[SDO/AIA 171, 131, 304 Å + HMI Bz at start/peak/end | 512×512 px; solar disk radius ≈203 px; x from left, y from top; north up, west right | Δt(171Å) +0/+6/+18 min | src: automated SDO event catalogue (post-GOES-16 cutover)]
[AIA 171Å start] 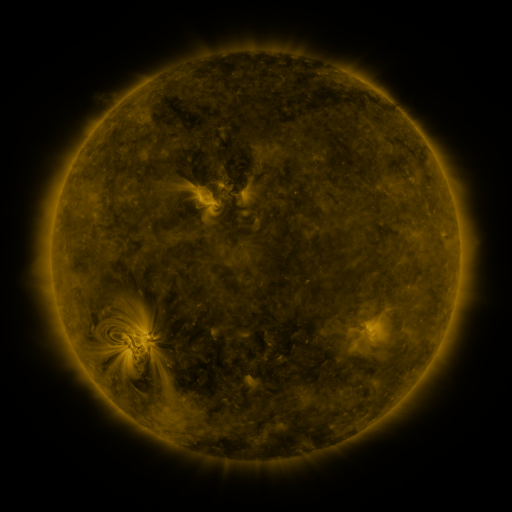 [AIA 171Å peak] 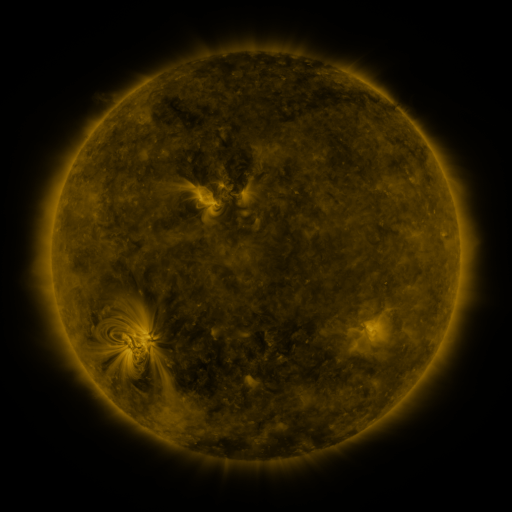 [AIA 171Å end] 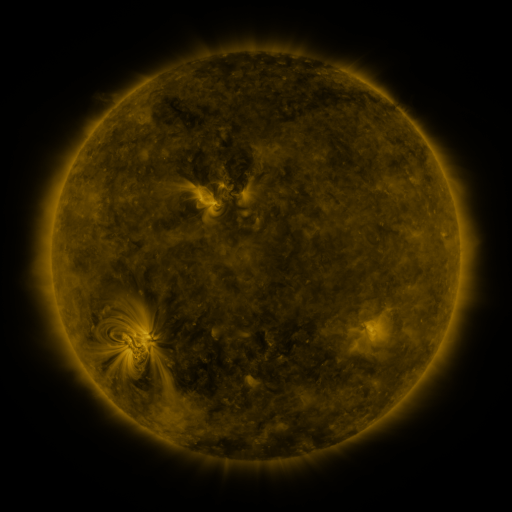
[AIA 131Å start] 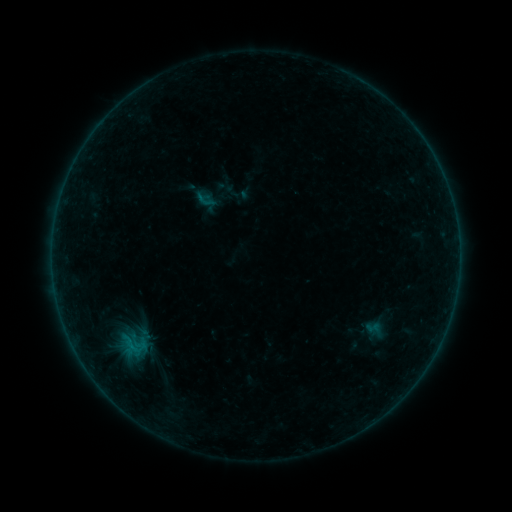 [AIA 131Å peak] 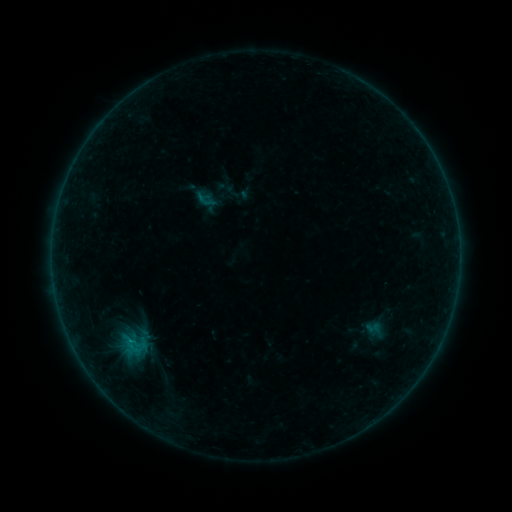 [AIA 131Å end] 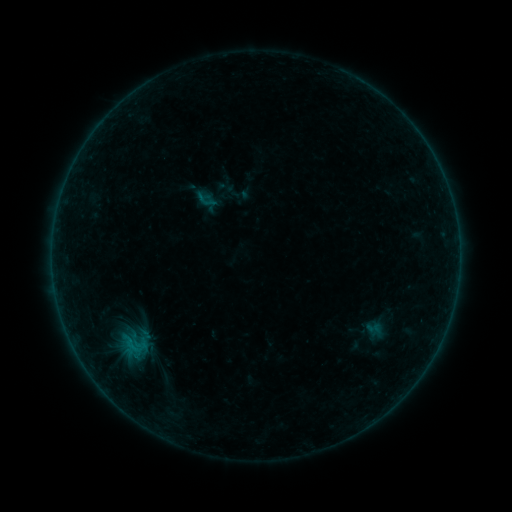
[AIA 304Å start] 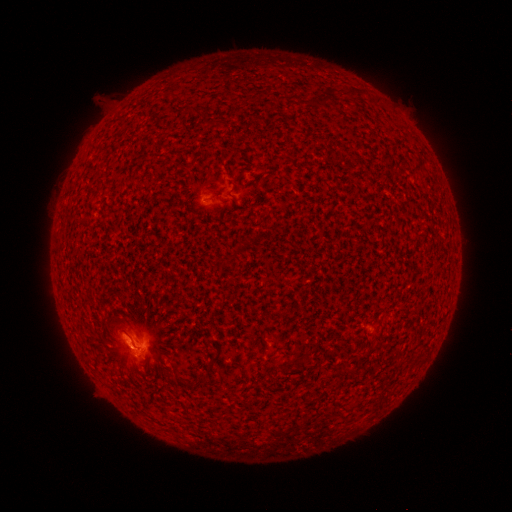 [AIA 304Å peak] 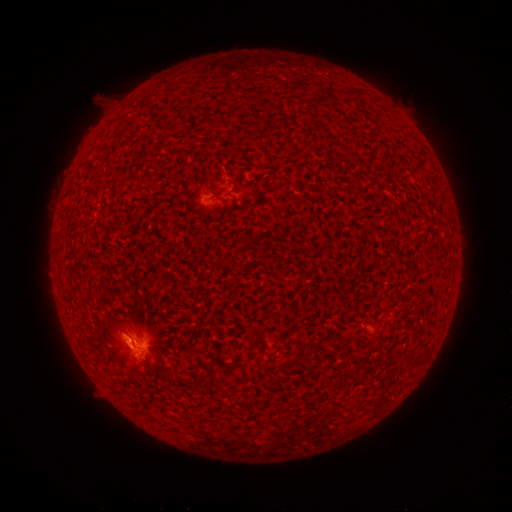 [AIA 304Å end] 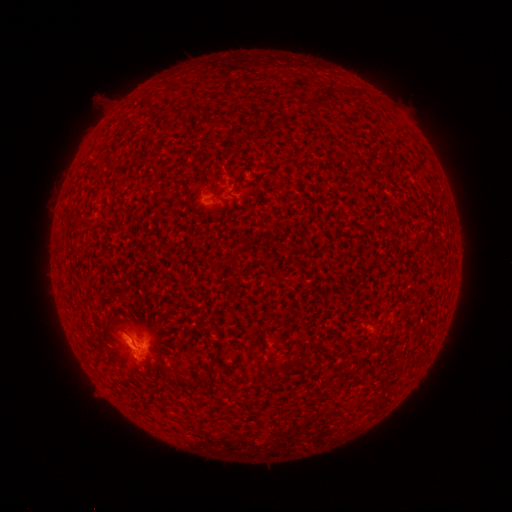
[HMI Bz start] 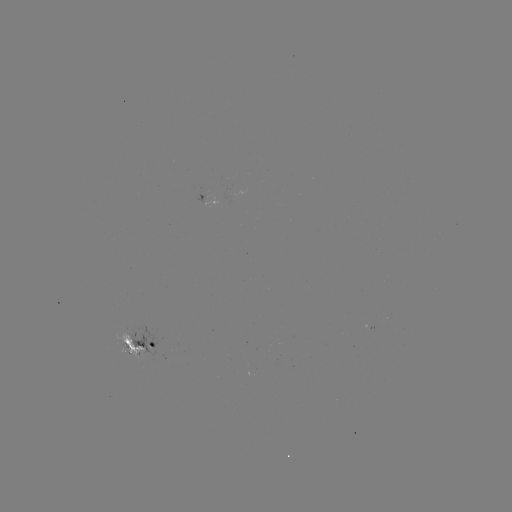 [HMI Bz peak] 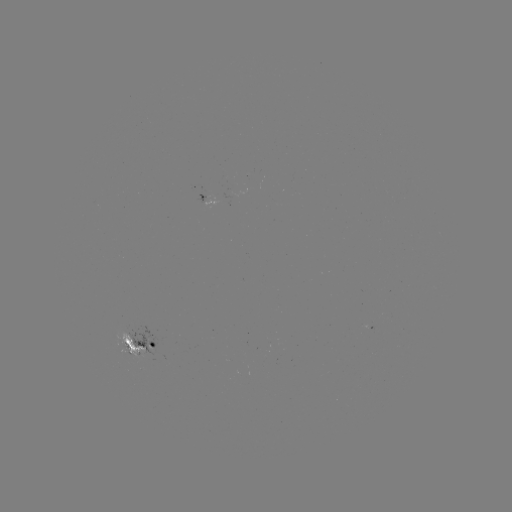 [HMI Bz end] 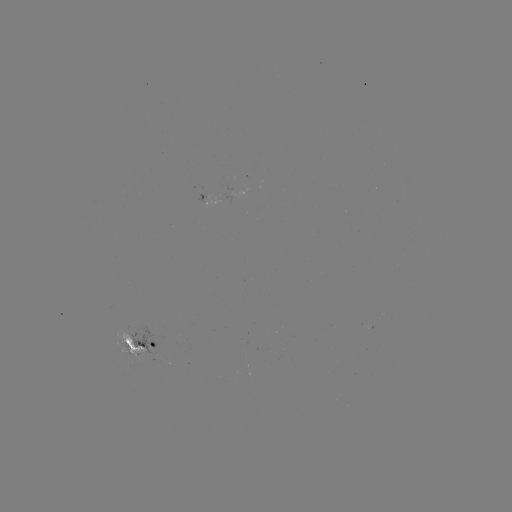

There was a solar flare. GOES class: B3.6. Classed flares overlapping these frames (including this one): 1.